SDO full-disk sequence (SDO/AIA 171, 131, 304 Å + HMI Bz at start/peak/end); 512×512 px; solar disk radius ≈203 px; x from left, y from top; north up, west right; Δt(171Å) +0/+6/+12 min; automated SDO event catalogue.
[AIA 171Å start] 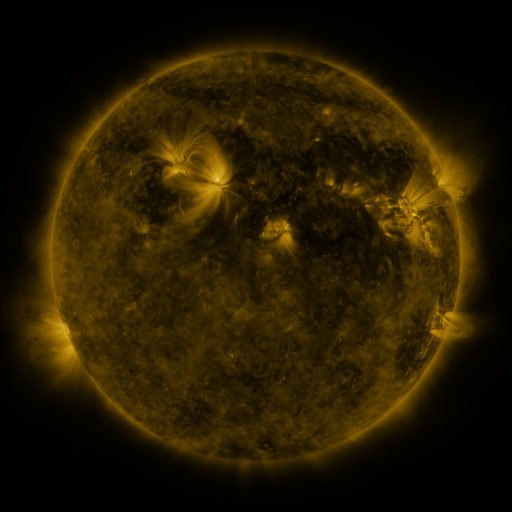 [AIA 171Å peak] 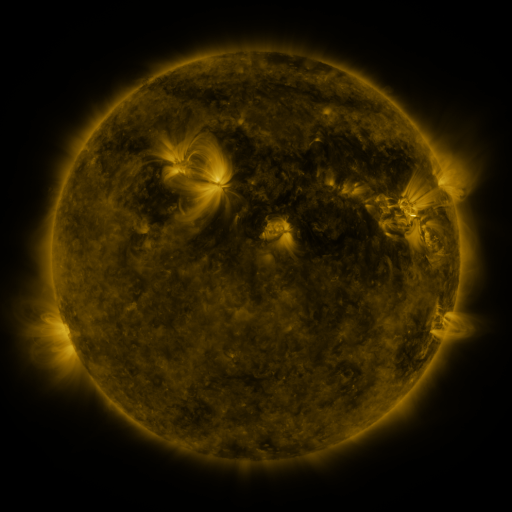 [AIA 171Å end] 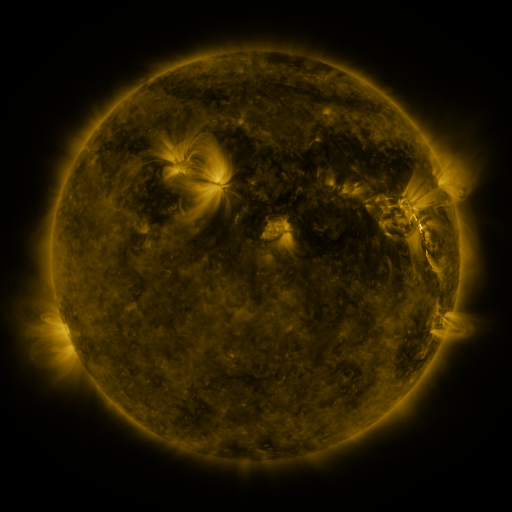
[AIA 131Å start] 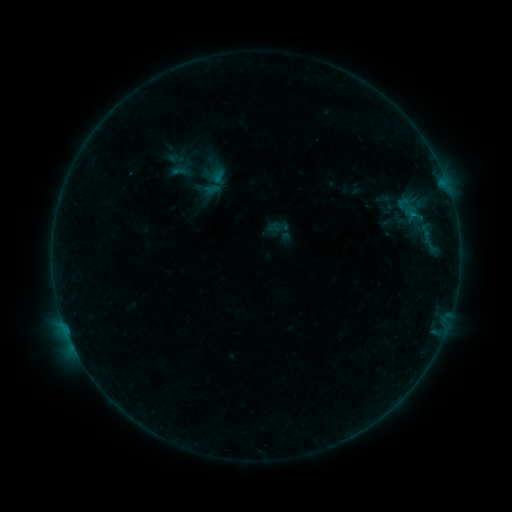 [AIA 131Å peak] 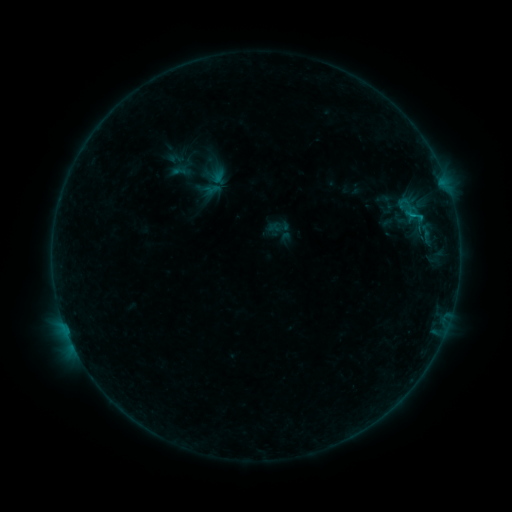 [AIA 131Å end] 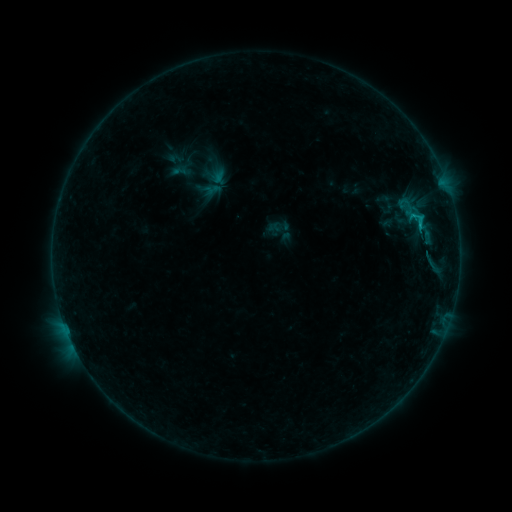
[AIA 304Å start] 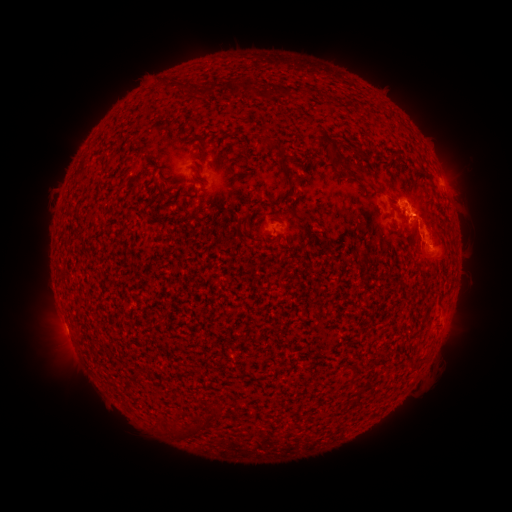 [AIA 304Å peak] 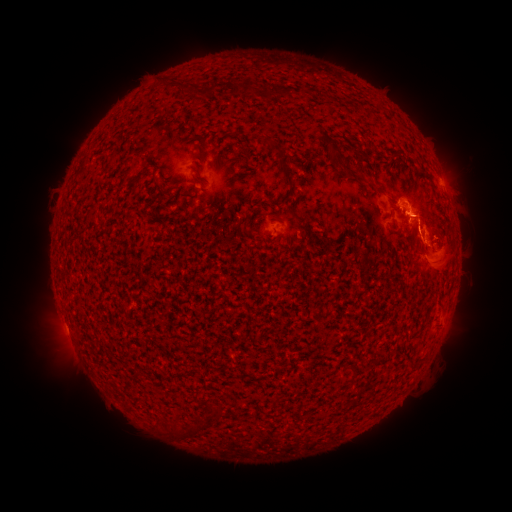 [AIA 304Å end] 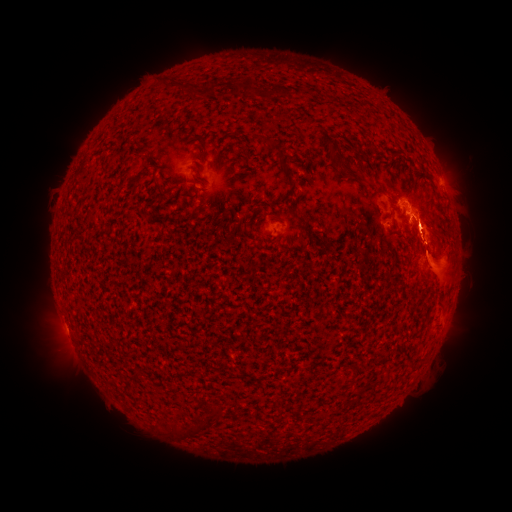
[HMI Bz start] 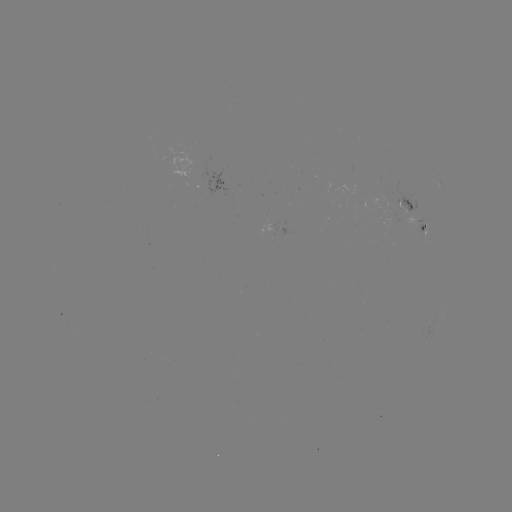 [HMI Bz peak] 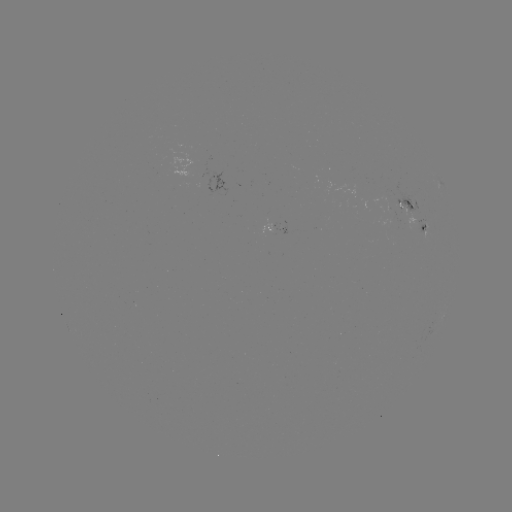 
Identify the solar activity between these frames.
eruption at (31, 258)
